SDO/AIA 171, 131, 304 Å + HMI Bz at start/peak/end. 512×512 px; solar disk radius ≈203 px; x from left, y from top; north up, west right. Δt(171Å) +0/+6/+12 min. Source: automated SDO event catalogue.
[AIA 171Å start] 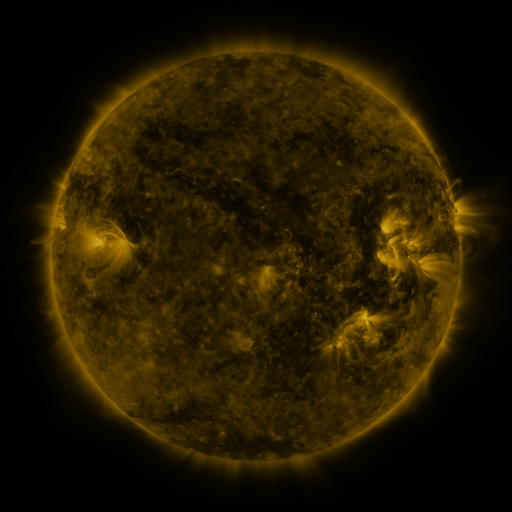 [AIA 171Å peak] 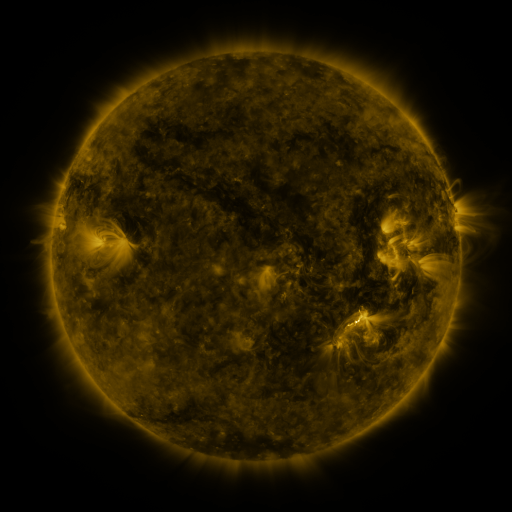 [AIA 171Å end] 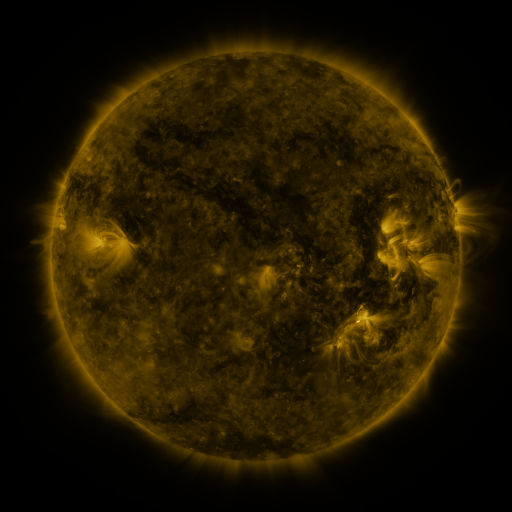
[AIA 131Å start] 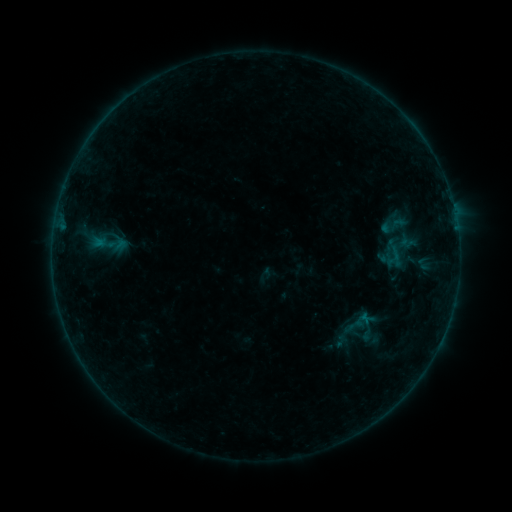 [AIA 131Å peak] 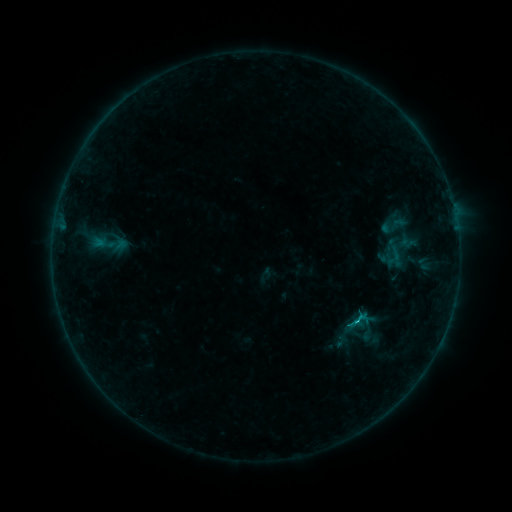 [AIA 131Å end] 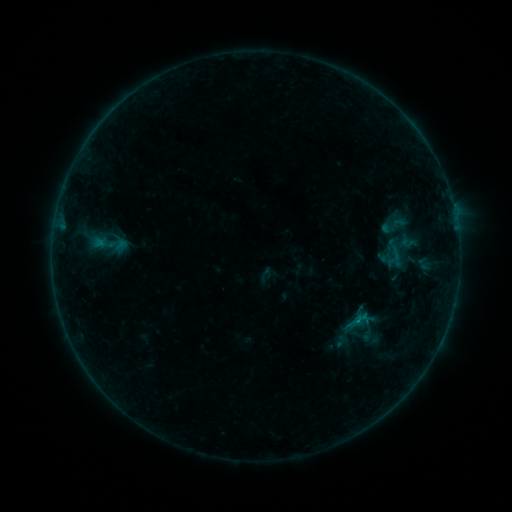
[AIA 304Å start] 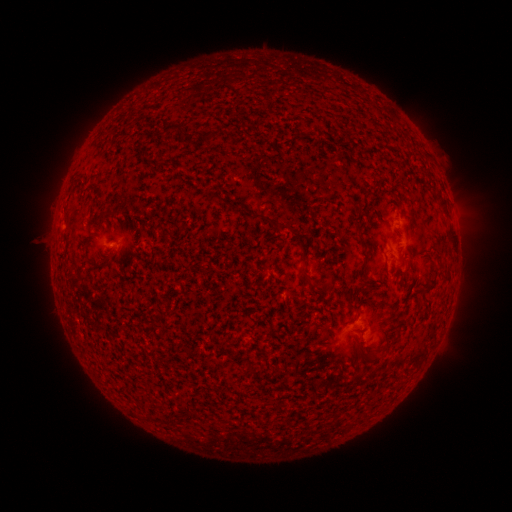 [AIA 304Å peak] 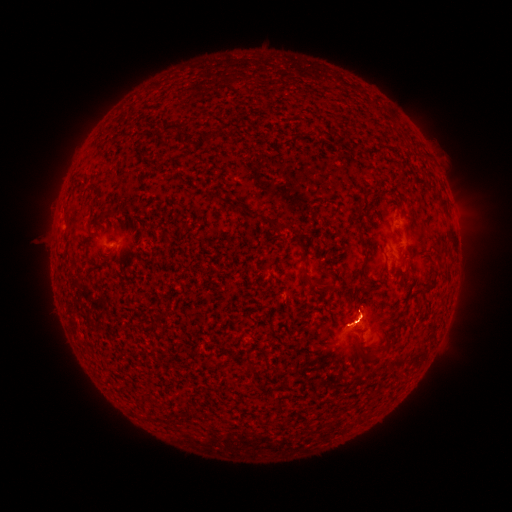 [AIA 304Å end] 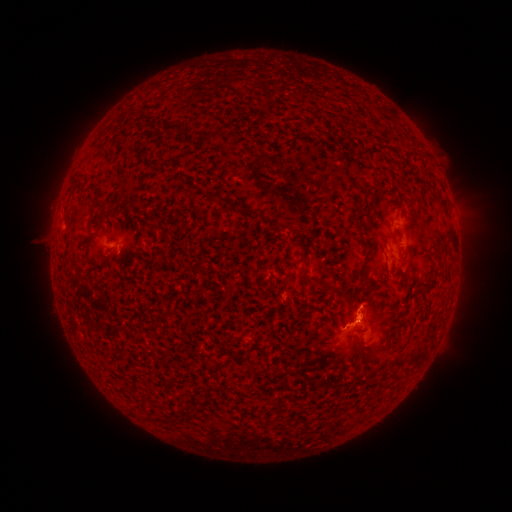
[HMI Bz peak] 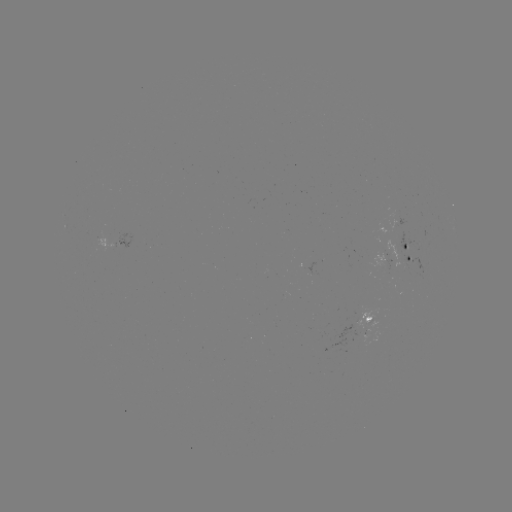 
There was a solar flare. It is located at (358, 321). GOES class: B3.5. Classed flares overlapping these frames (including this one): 1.